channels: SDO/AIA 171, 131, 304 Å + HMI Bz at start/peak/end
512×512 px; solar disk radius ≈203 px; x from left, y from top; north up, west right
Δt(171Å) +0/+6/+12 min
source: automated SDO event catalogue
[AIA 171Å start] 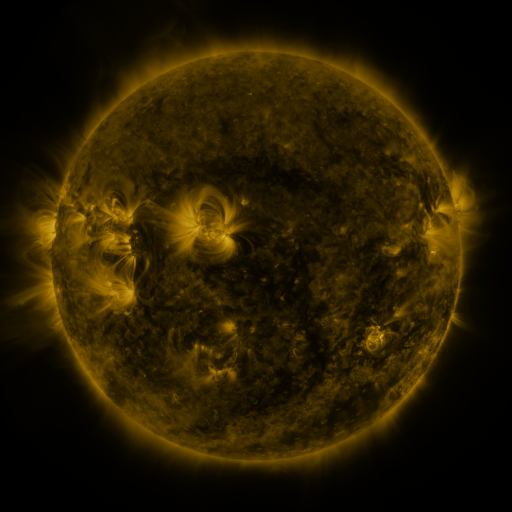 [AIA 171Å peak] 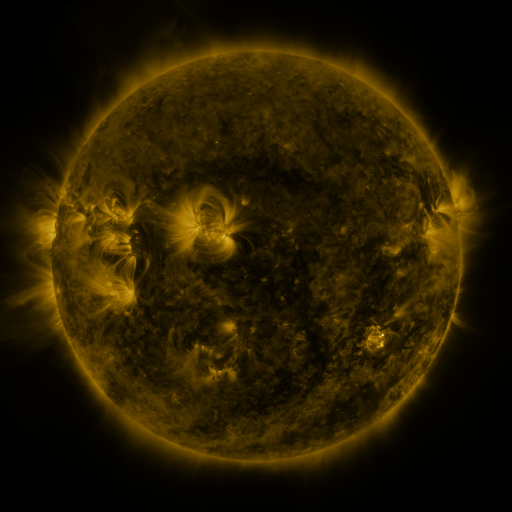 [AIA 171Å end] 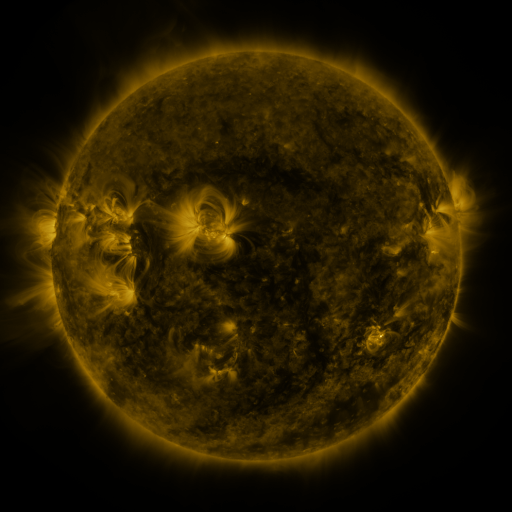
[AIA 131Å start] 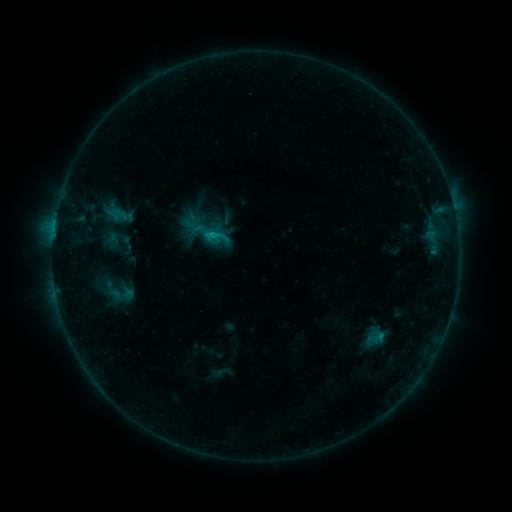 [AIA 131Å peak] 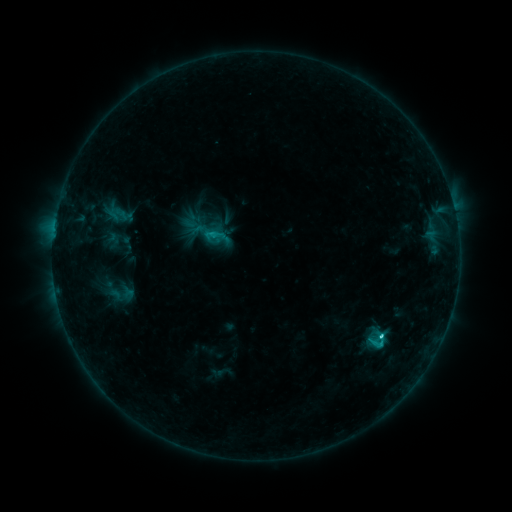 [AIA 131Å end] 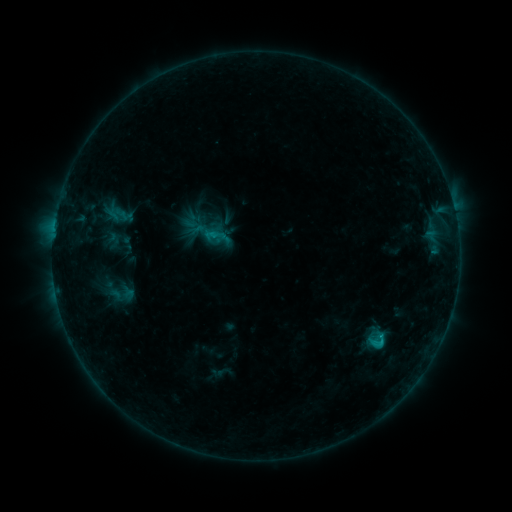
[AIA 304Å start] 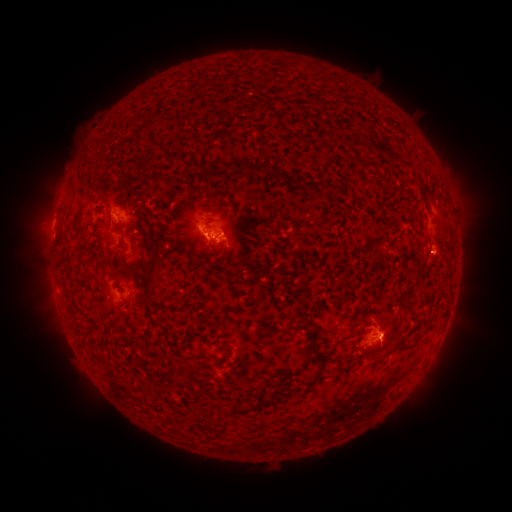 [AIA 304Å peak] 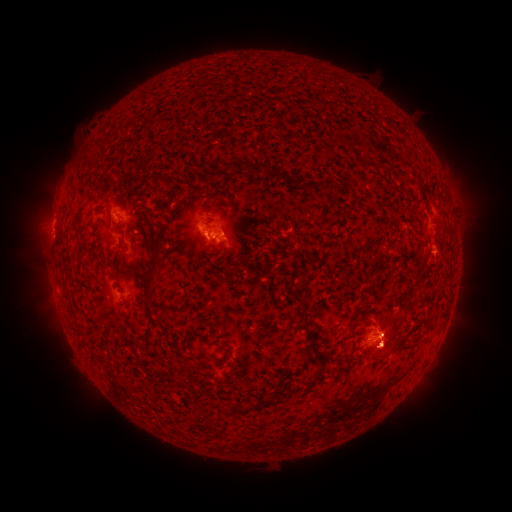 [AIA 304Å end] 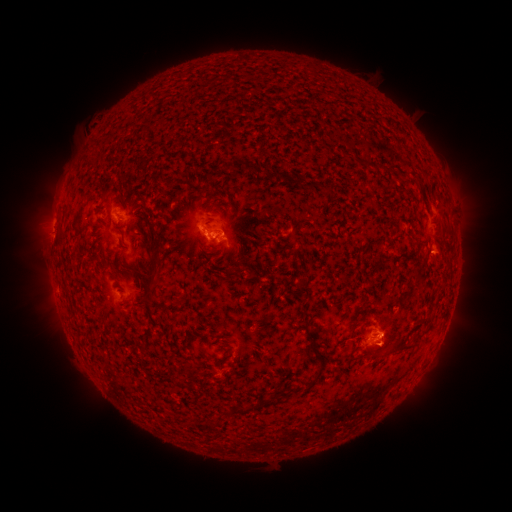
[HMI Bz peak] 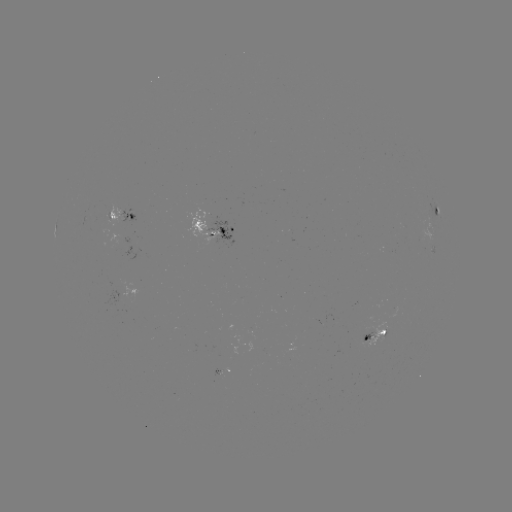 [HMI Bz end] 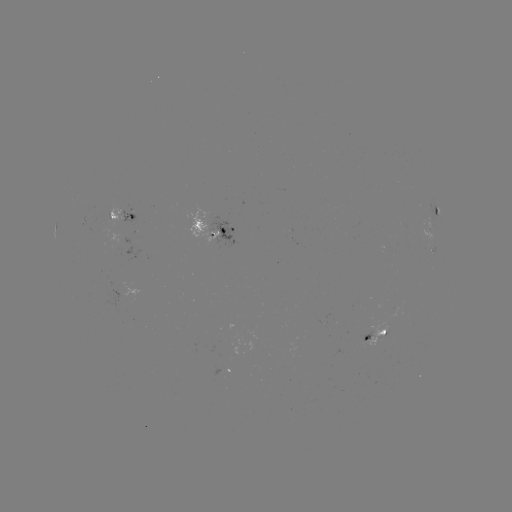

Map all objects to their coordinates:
eruption: (431, 356)
